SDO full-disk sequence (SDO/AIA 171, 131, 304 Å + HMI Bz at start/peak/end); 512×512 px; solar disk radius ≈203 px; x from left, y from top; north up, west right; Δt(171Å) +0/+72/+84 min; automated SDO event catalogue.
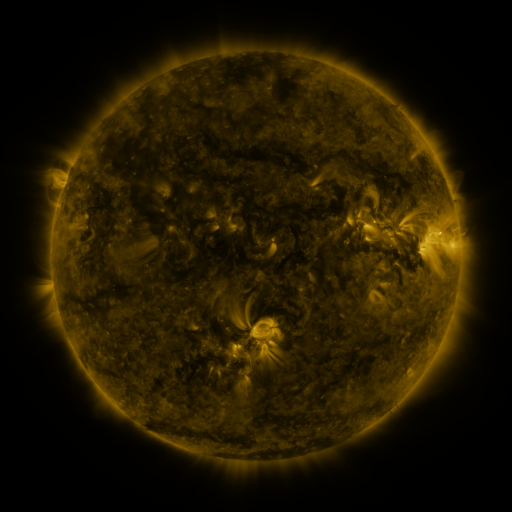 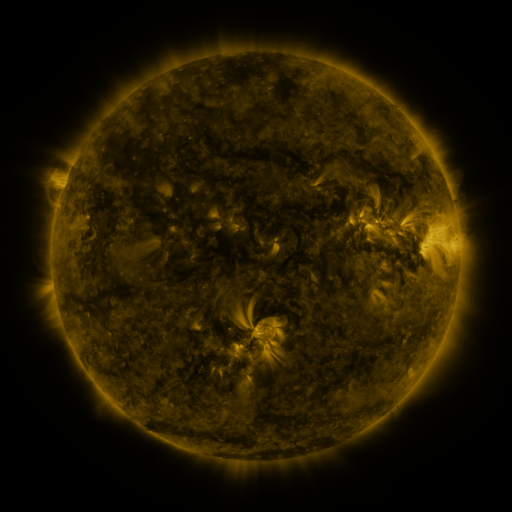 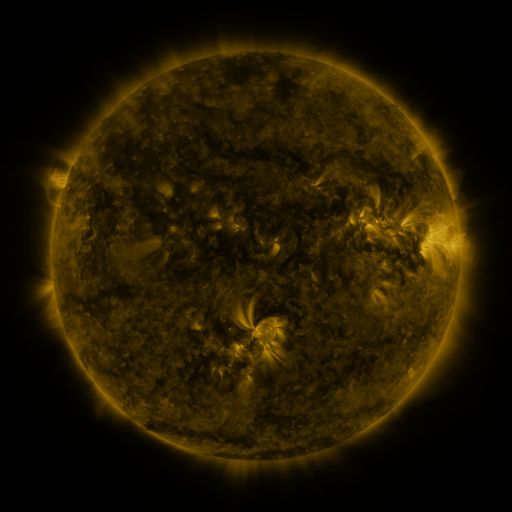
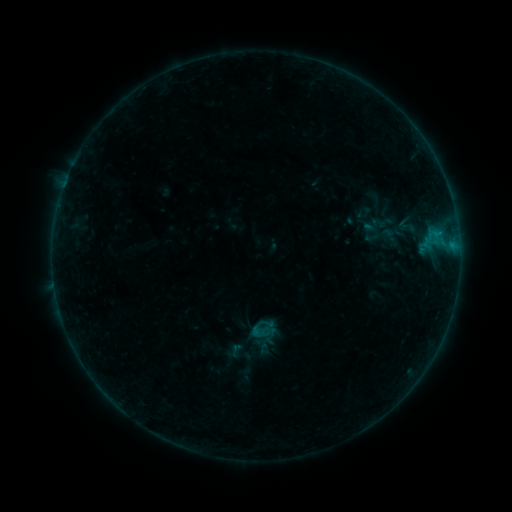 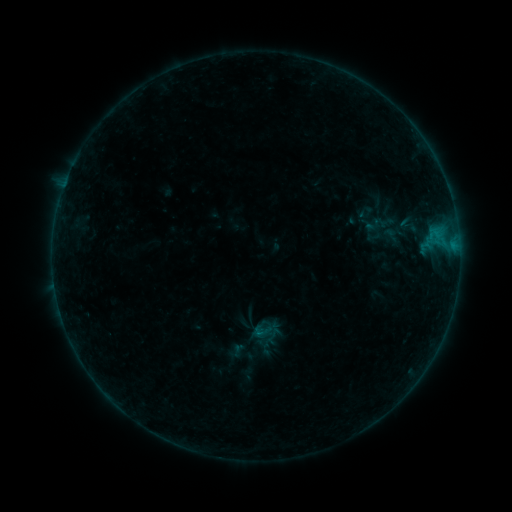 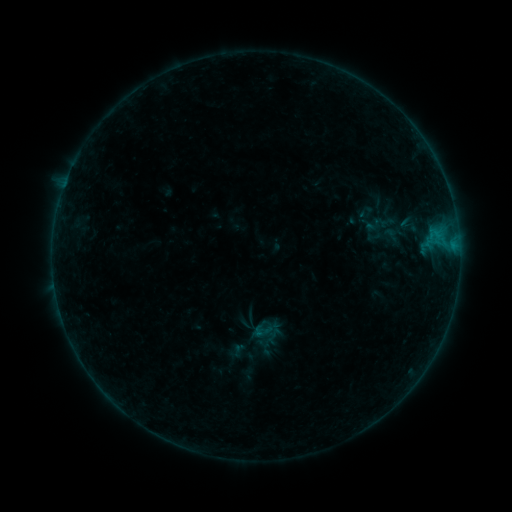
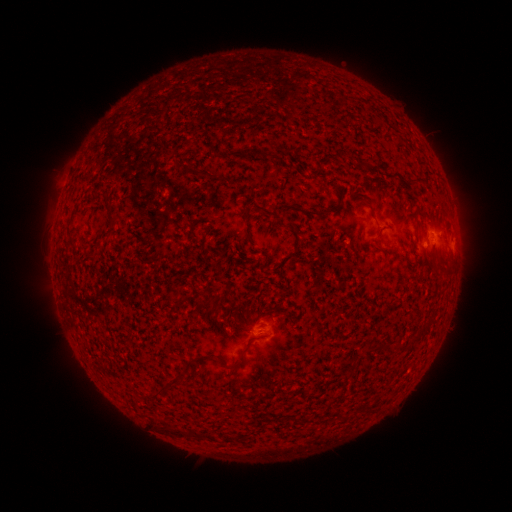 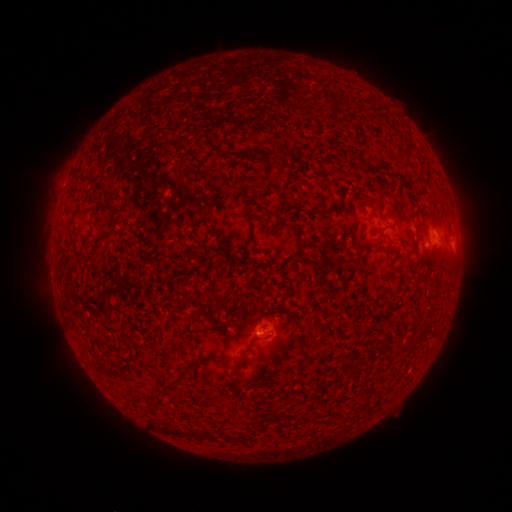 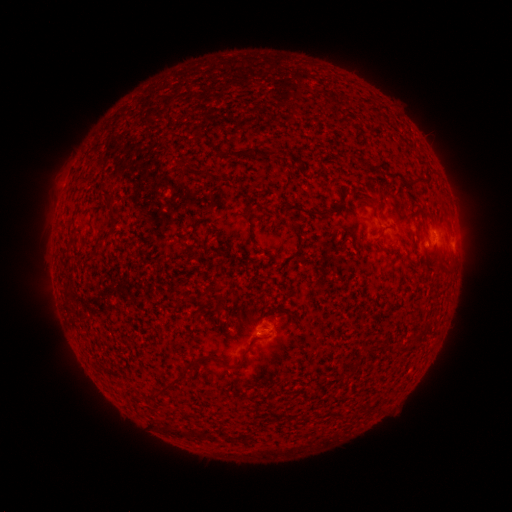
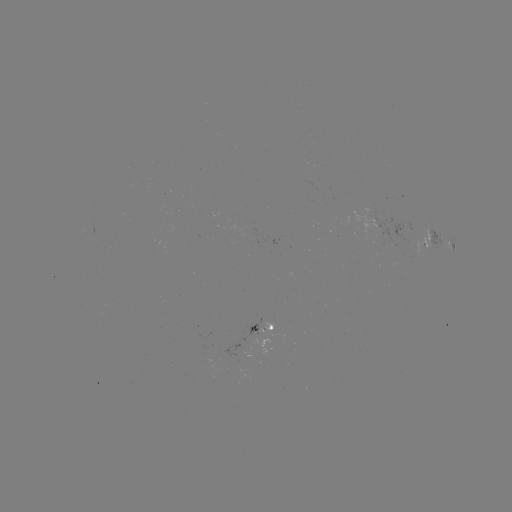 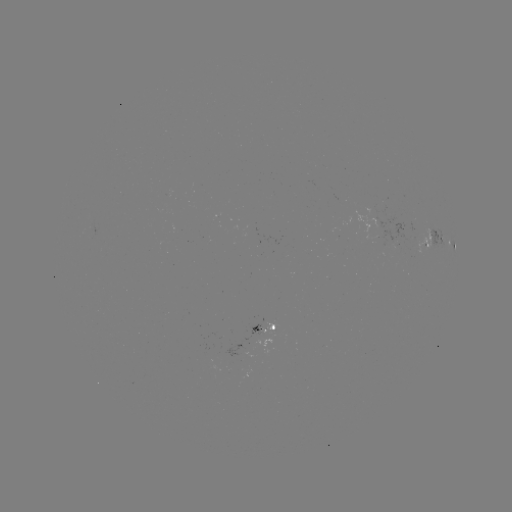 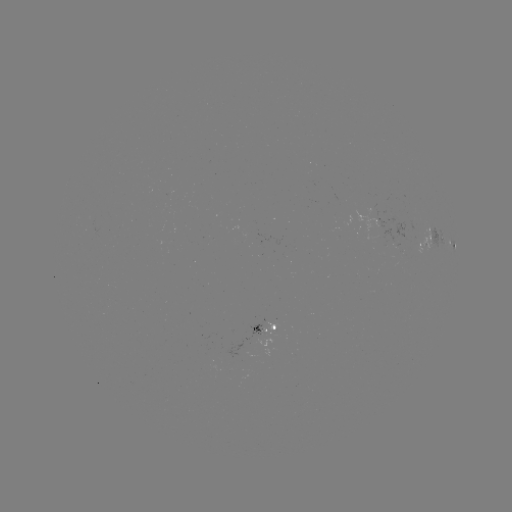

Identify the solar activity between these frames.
emerging-flux region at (269, 328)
